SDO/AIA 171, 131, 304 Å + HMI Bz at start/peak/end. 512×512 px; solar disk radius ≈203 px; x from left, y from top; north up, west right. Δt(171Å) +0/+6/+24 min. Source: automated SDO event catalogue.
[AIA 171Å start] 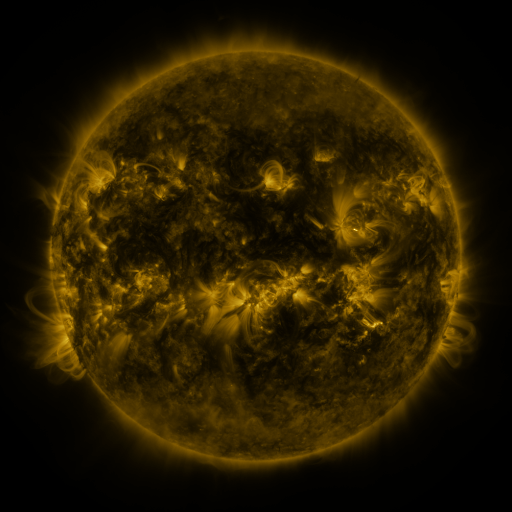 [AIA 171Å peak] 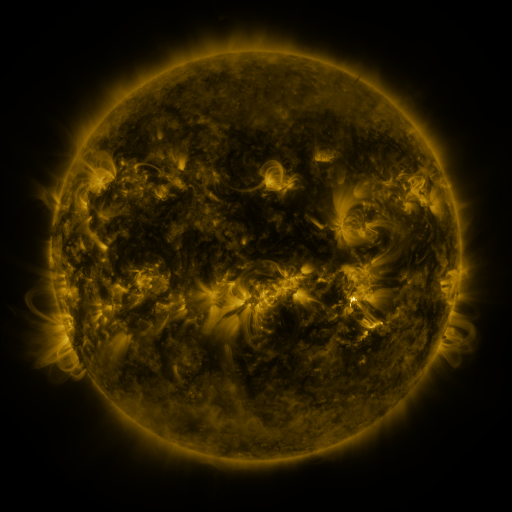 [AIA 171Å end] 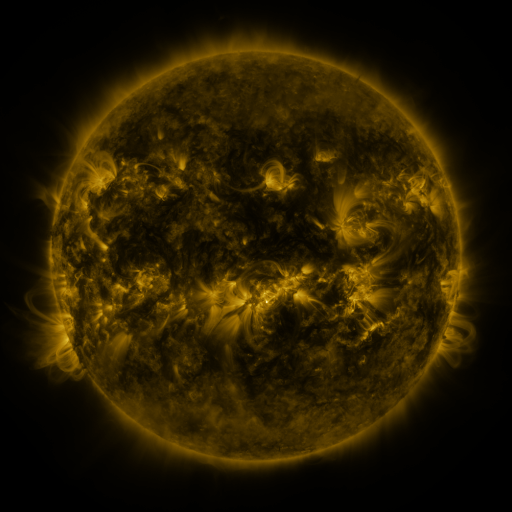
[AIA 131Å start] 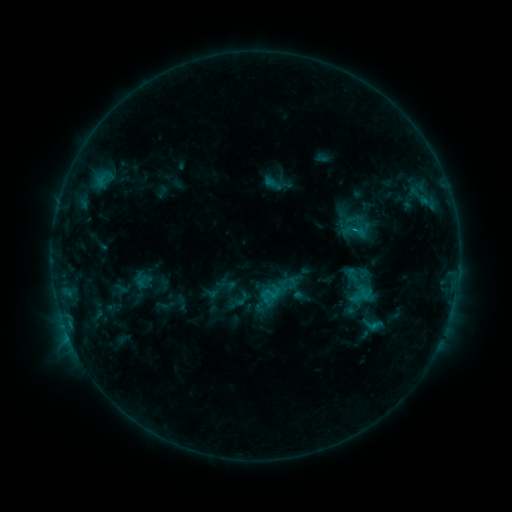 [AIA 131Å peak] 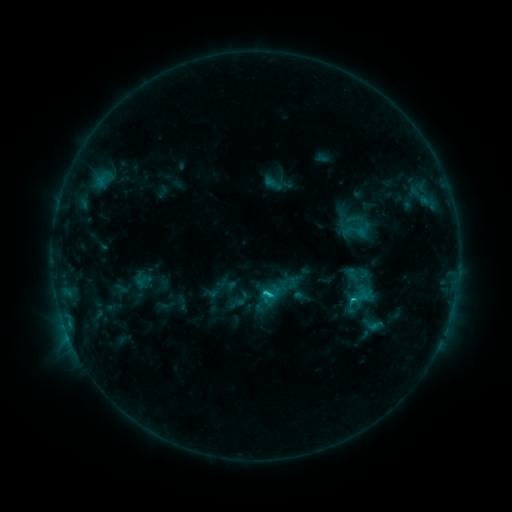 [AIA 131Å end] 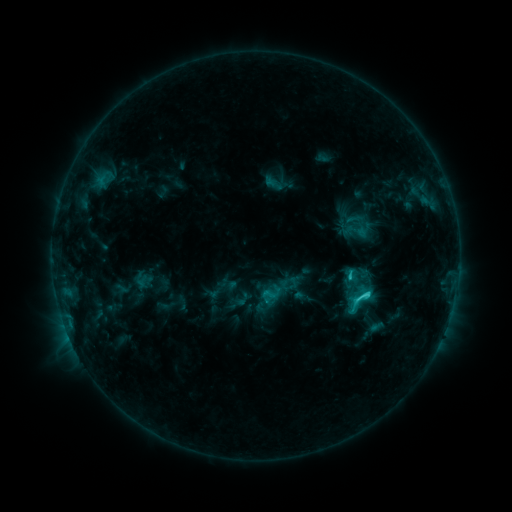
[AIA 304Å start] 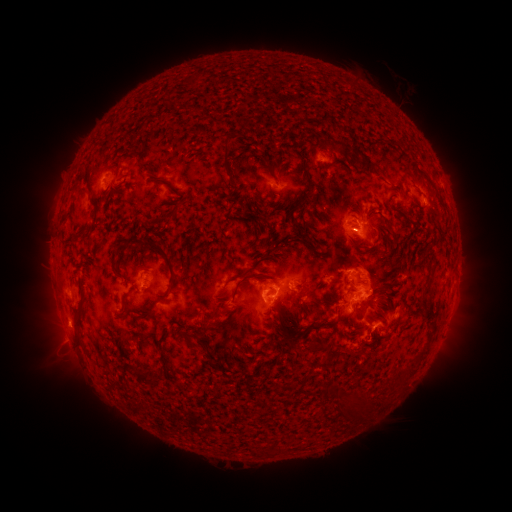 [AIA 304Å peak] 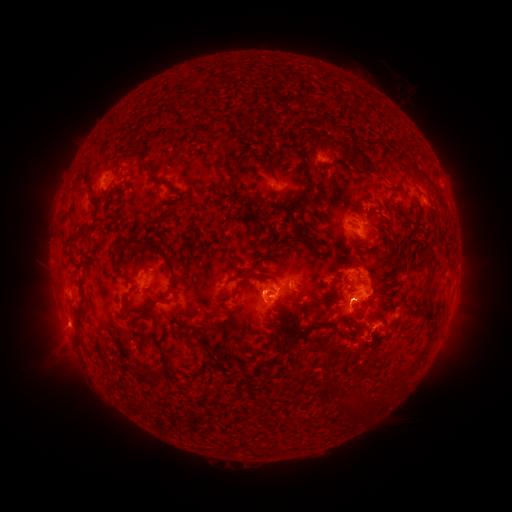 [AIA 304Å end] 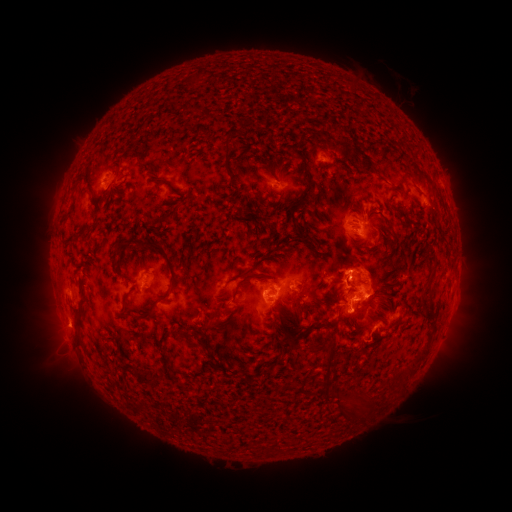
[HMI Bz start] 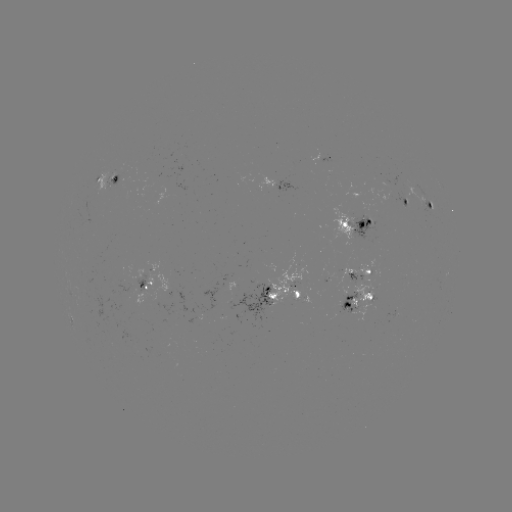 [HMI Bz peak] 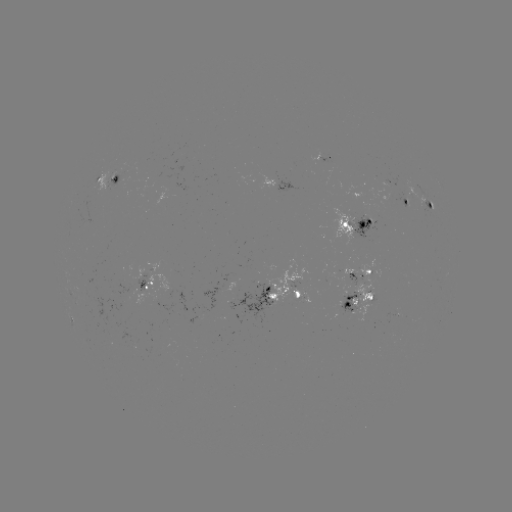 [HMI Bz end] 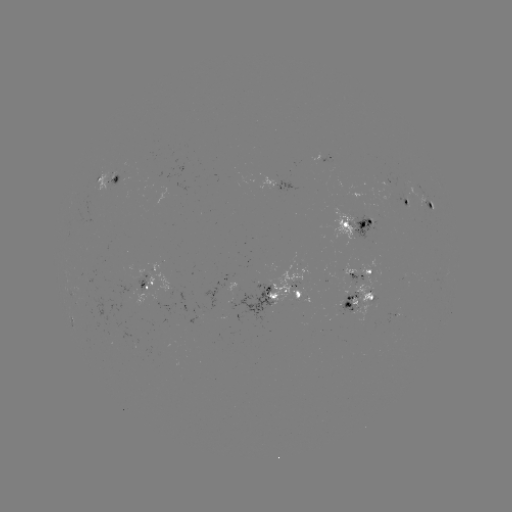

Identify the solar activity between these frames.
C4.8 flare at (350, 299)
